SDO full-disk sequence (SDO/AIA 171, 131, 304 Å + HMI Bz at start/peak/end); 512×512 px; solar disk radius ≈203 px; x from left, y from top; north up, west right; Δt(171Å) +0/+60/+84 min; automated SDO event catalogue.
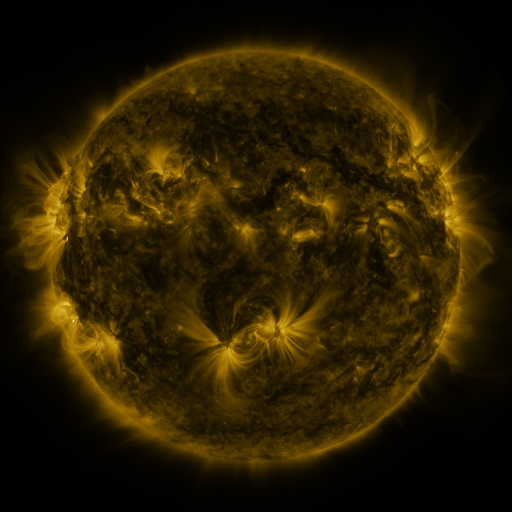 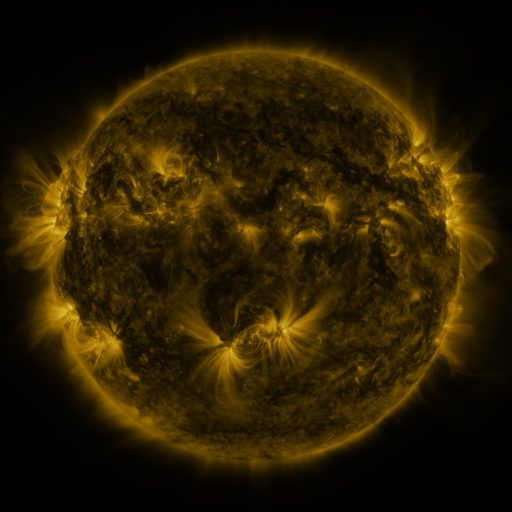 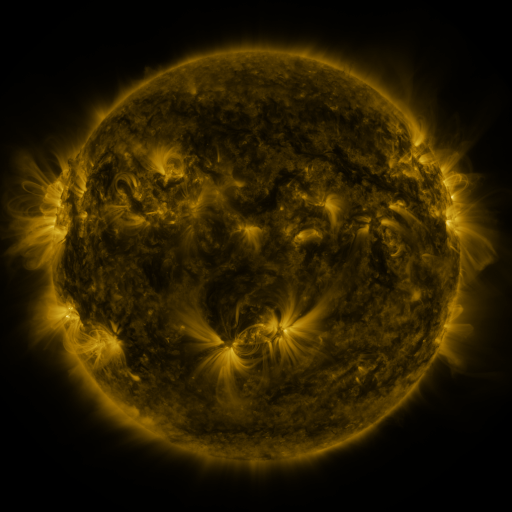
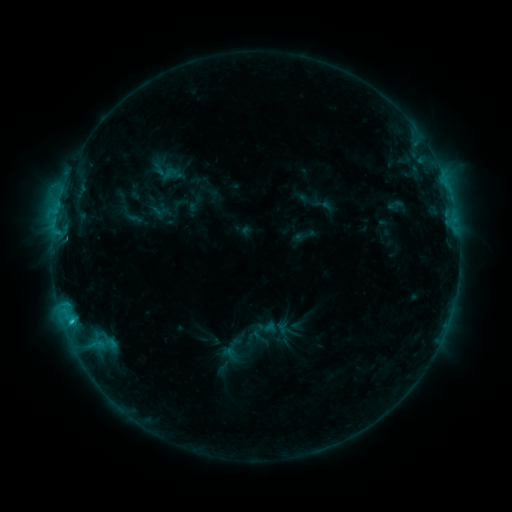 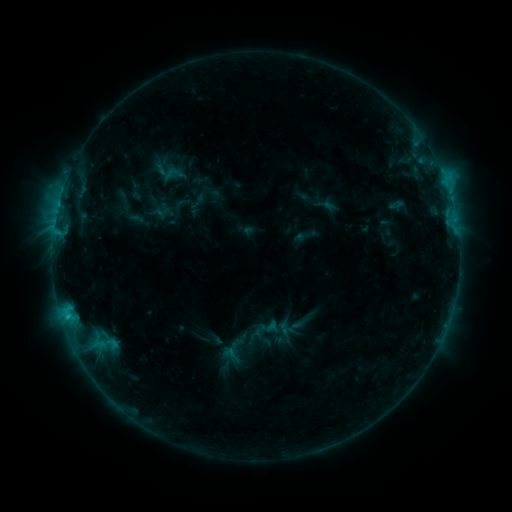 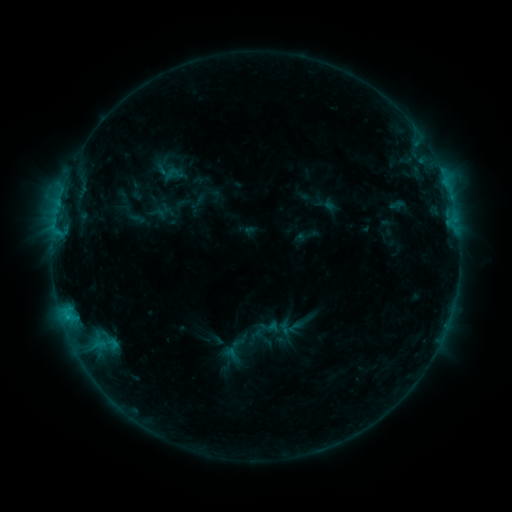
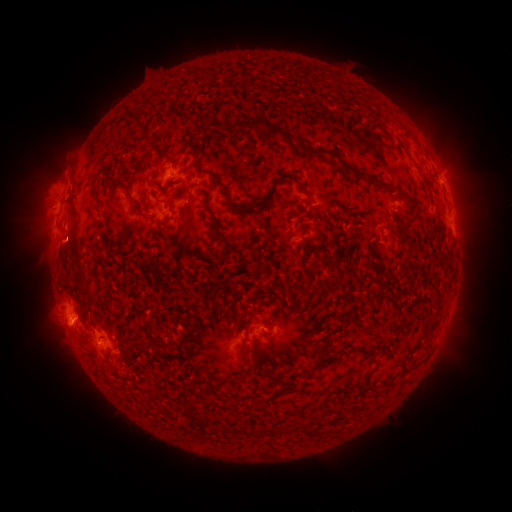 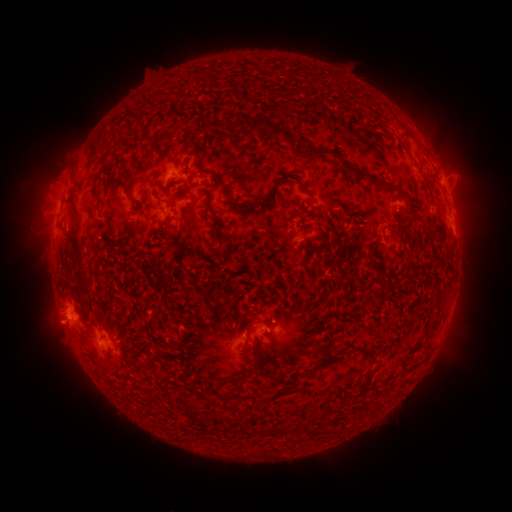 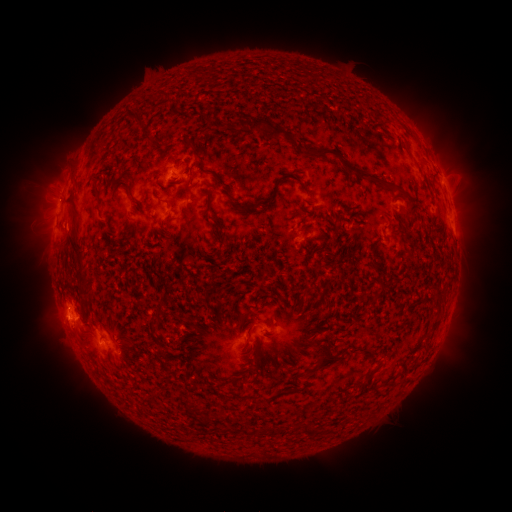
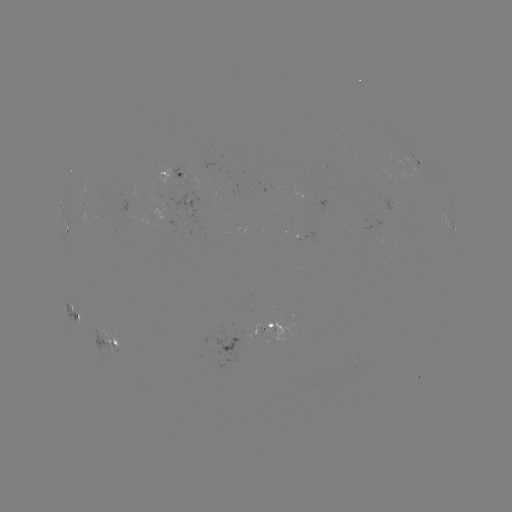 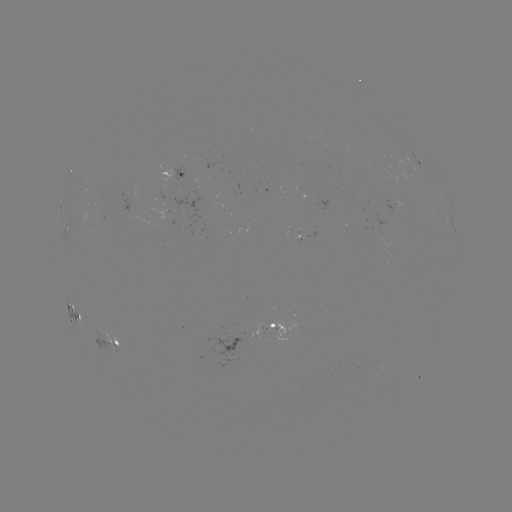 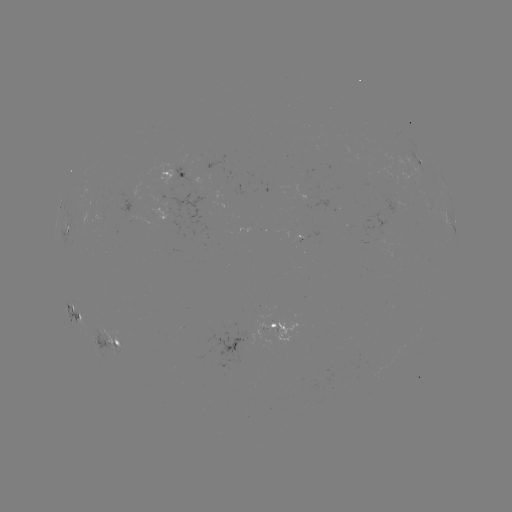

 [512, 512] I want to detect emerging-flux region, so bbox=[188, 177, 201, 186].